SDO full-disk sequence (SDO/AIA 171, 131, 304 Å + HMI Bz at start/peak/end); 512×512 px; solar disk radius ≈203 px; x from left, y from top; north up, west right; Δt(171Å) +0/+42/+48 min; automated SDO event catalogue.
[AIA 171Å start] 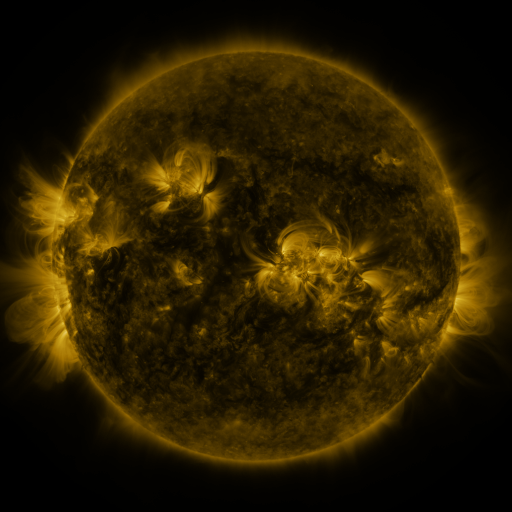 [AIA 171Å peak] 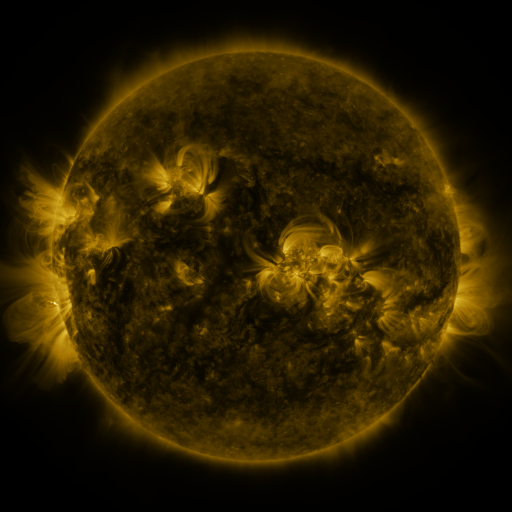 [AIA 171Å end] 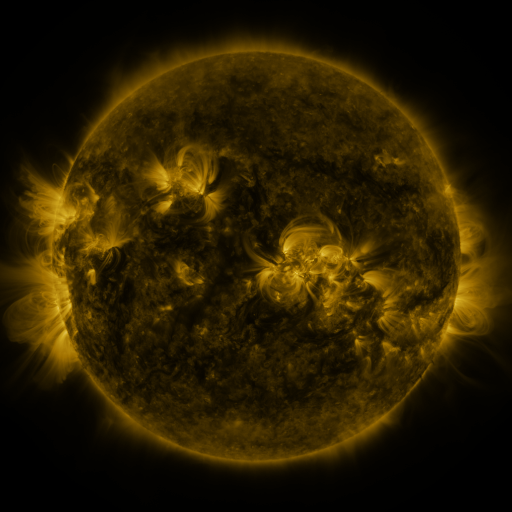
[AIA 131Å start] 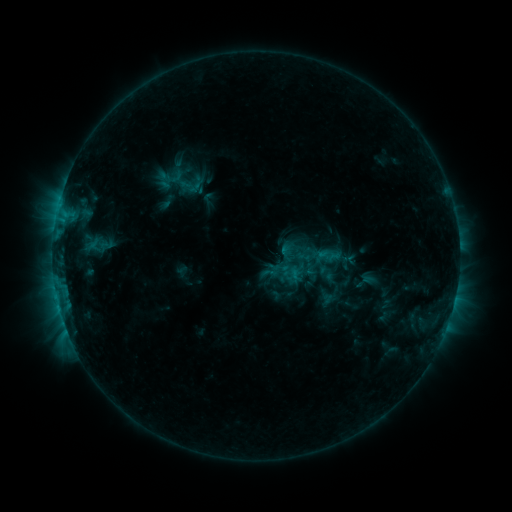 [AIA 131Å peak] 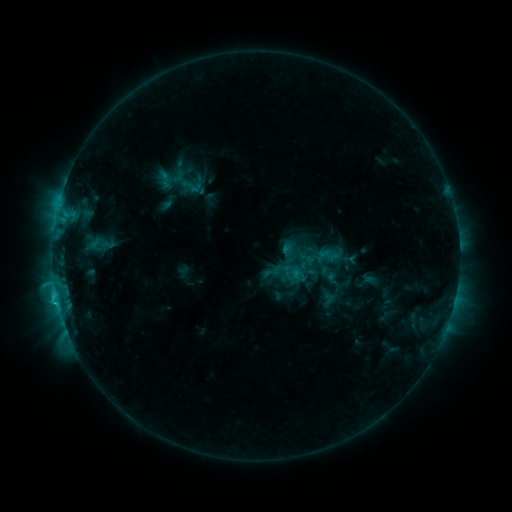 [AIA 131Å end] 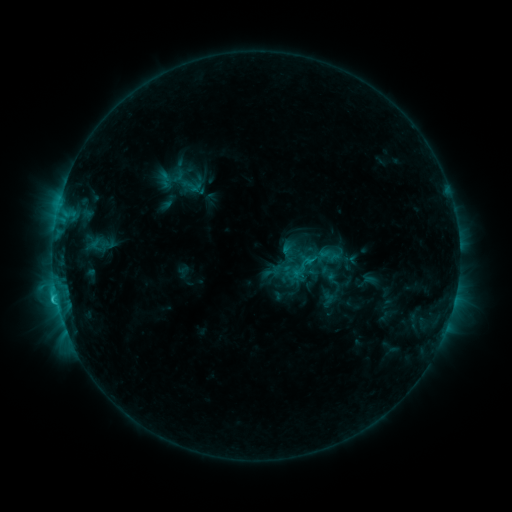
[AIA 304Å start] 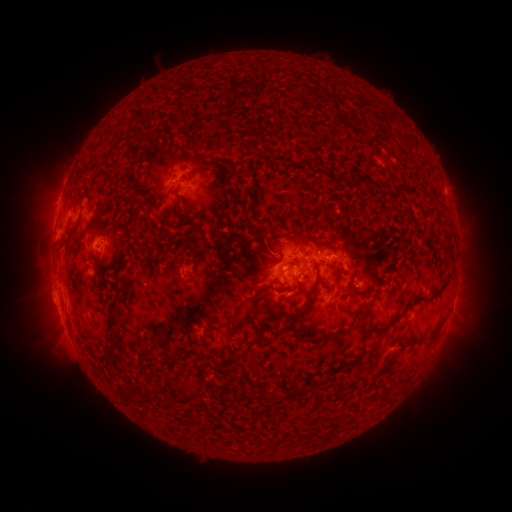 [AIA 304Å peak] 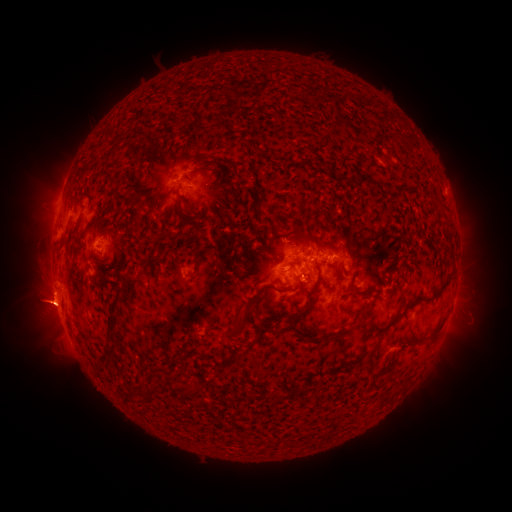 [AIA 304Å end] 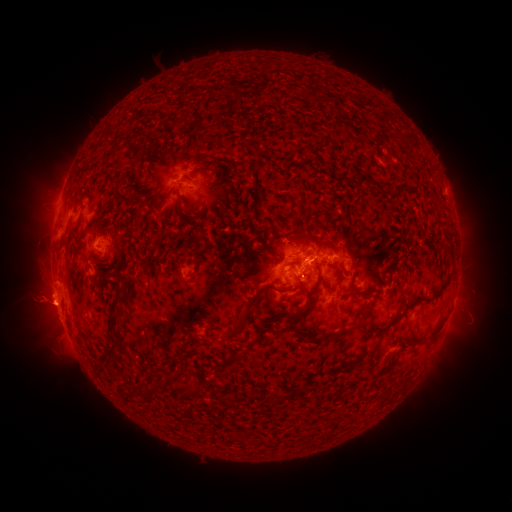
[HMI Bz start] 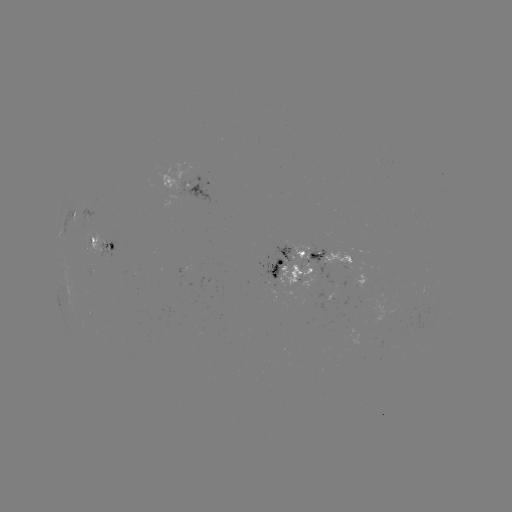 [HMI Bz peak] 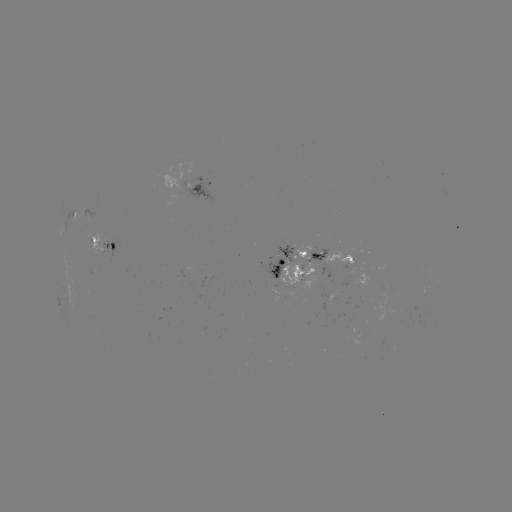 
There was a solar flare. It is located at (58, 300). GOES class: C2.0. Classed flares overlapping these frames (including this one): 4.